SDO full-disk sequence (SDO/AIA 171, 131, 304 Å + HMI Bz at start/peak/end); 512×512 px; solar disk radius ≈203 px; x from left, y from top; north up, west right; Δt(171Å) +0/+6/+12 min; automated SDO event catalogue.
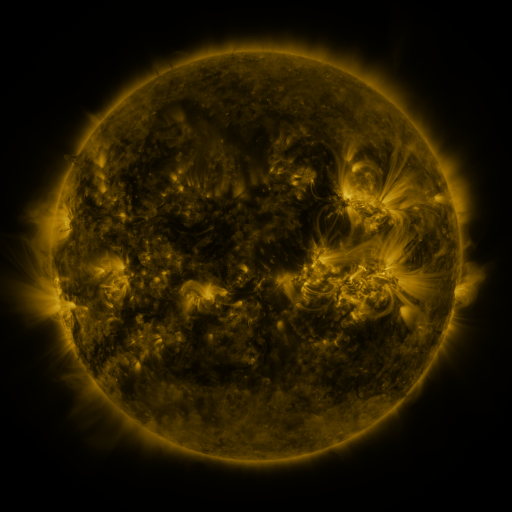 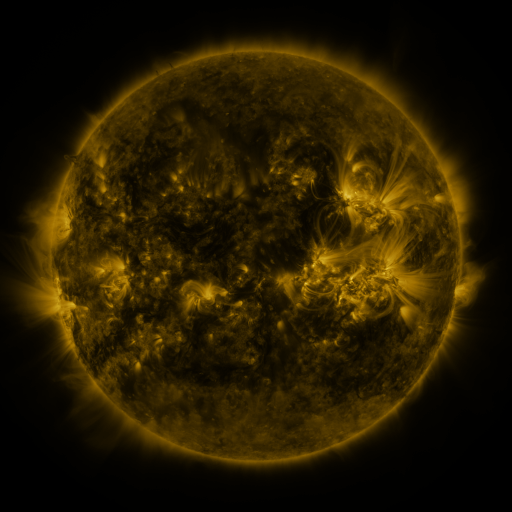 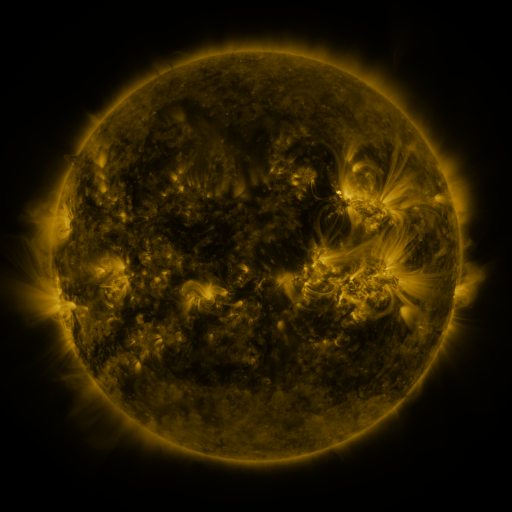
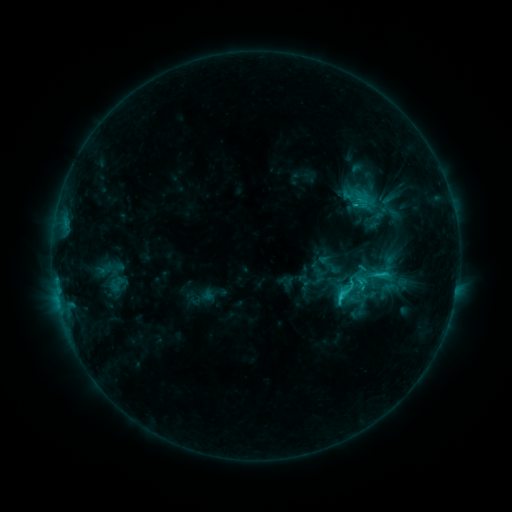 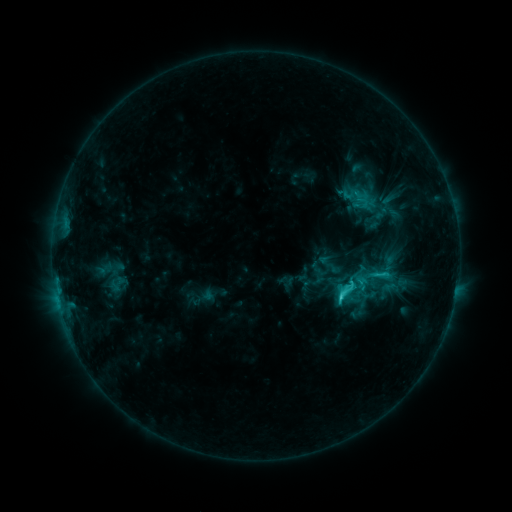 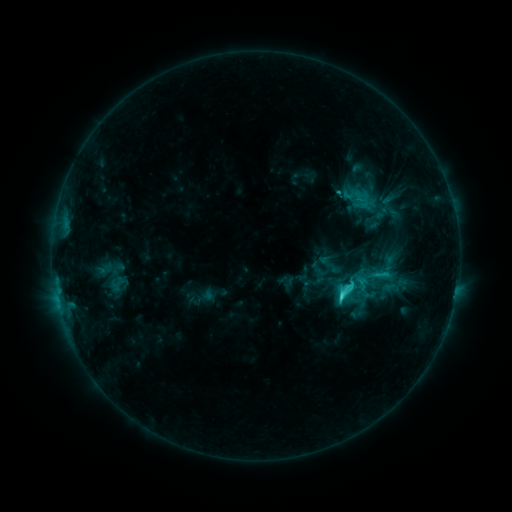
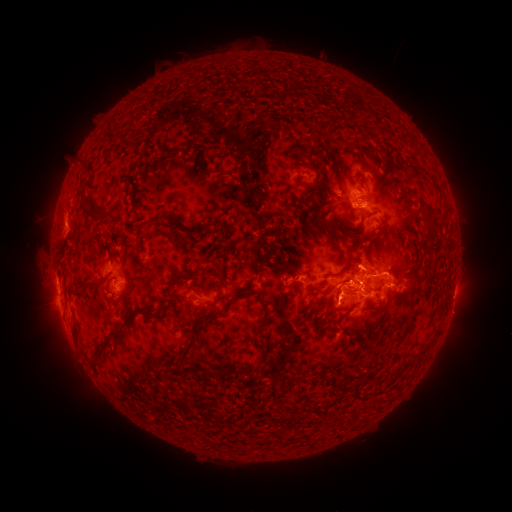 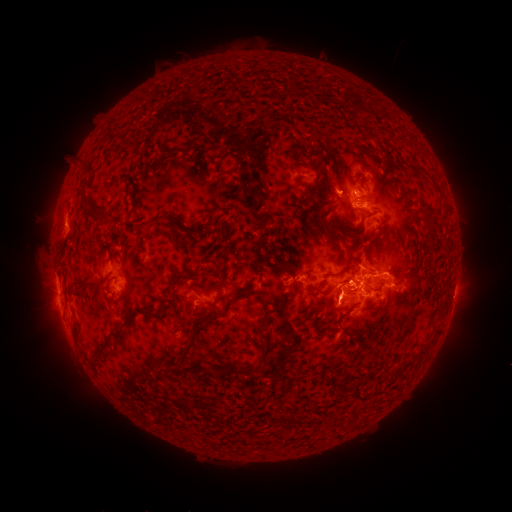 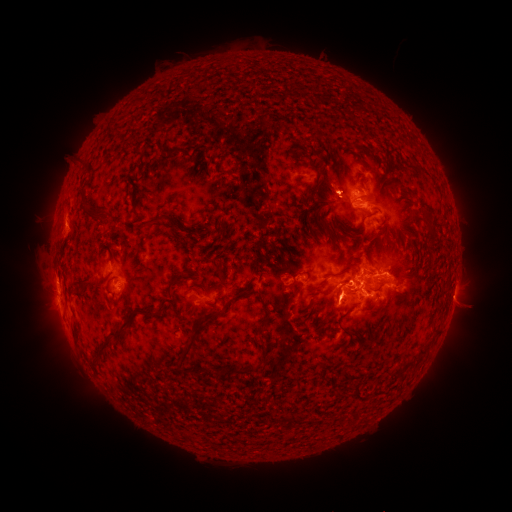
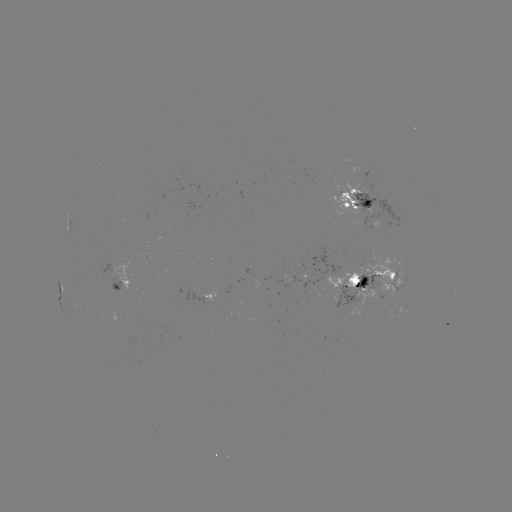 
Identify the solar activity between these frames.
eruption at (461, 303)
